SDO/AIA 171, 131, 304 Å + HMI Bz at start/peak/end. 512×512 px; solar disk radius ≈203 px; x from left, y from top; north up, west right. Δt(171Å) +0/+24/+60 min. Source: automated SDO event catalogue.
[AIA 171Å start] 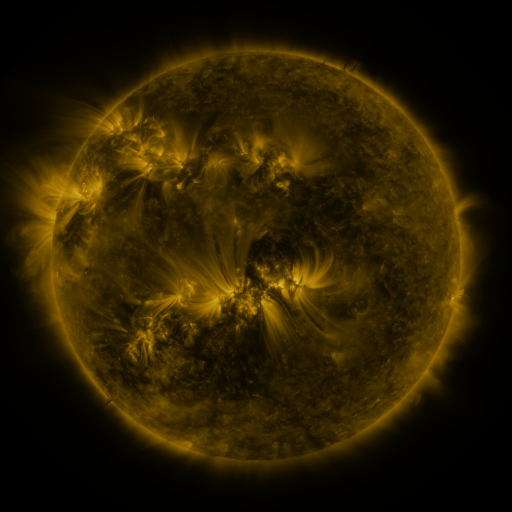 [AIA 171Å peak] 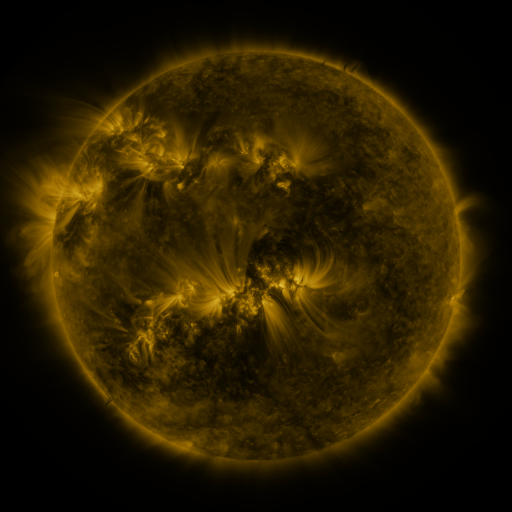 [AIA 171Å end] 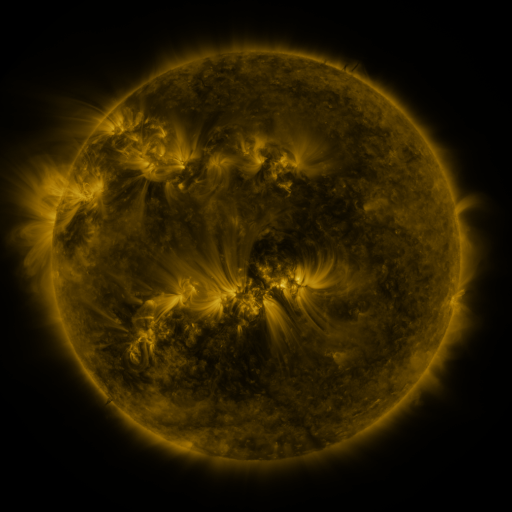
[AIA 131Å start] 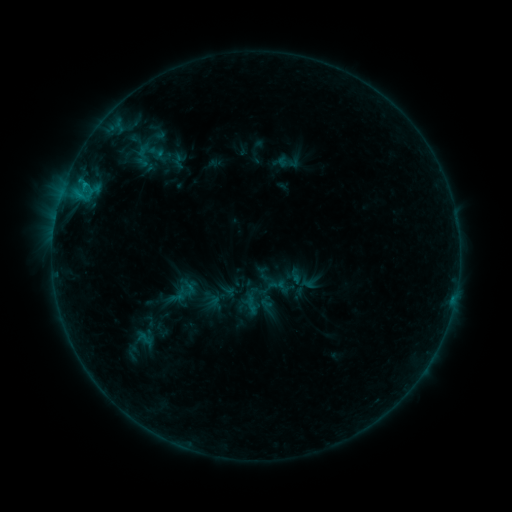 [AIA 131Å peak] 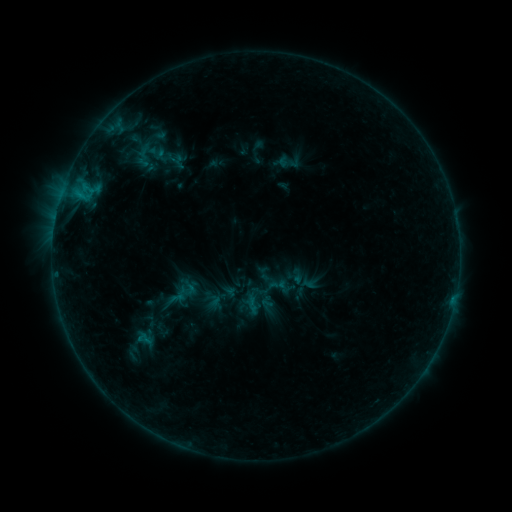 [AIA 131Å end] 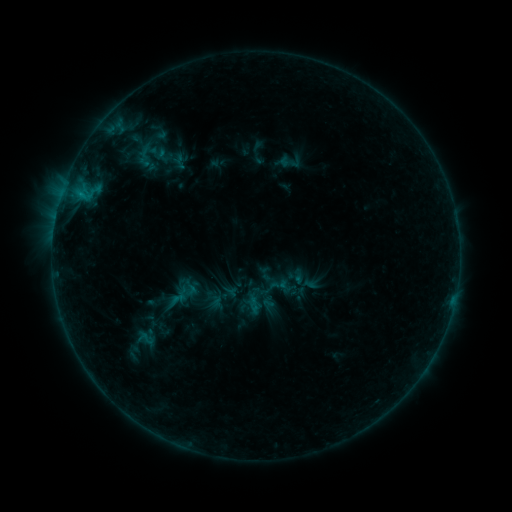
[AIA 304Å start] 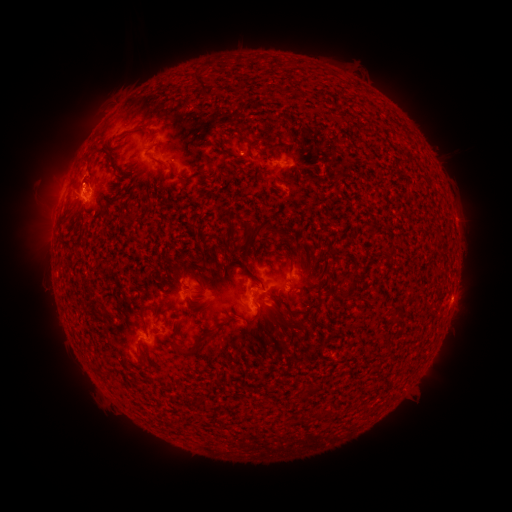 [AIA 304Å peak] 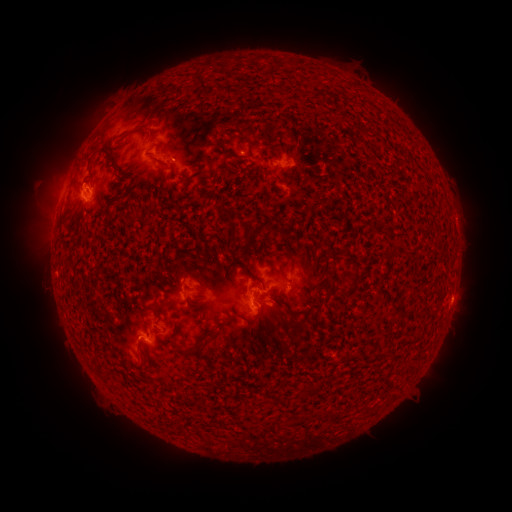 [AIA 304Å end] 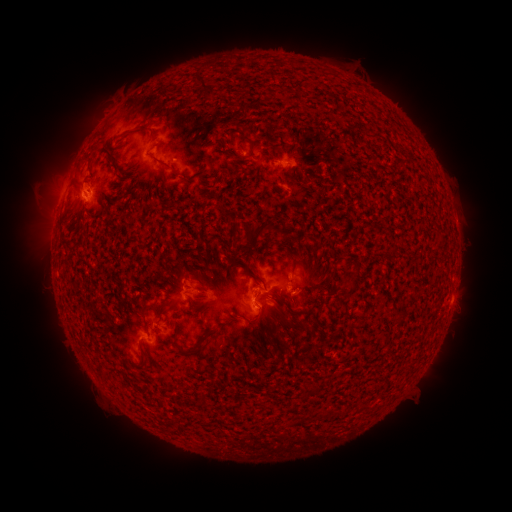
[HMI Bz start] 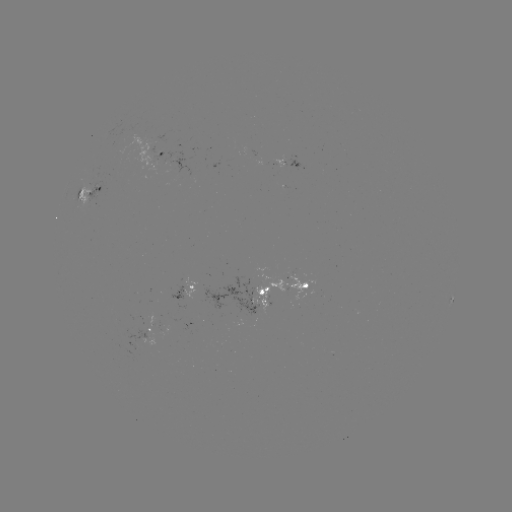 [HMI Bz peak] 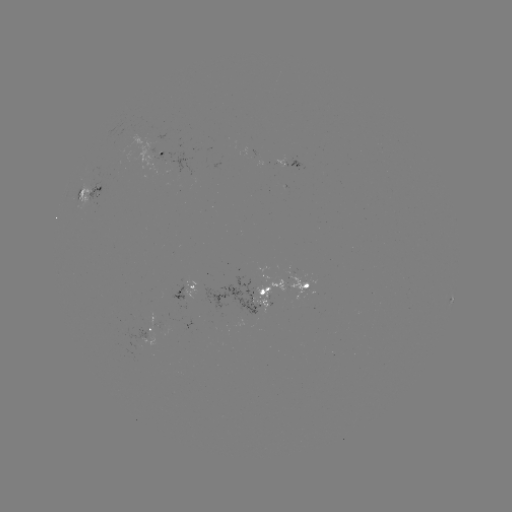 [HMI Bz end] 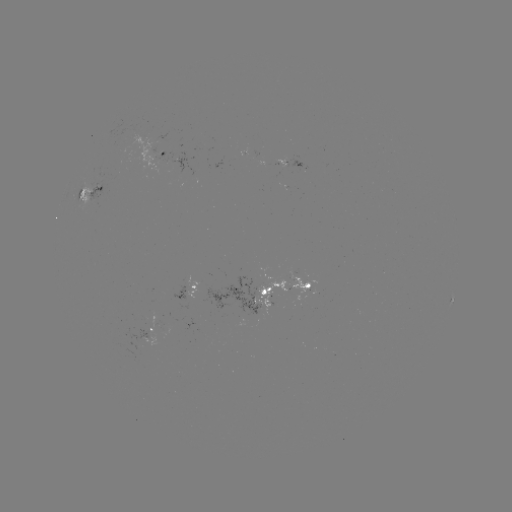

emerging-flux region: <bbox>169, 285, 186, 301</bbox>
